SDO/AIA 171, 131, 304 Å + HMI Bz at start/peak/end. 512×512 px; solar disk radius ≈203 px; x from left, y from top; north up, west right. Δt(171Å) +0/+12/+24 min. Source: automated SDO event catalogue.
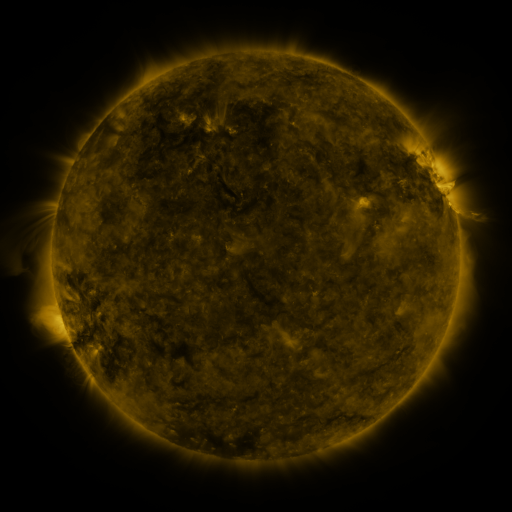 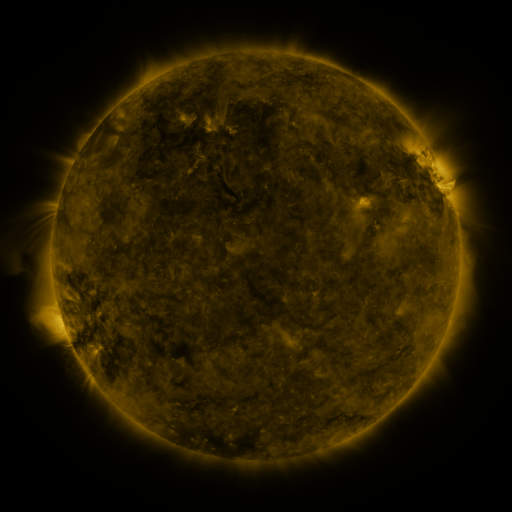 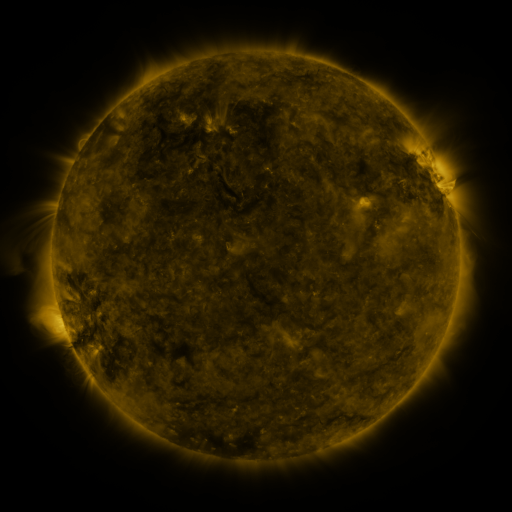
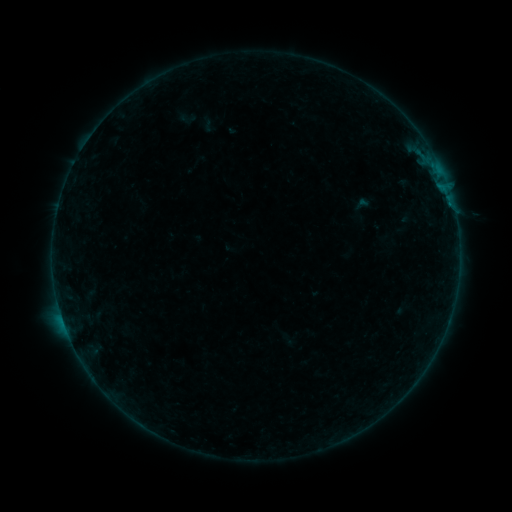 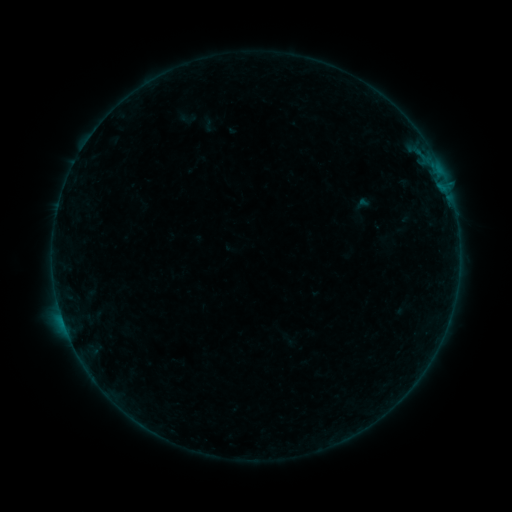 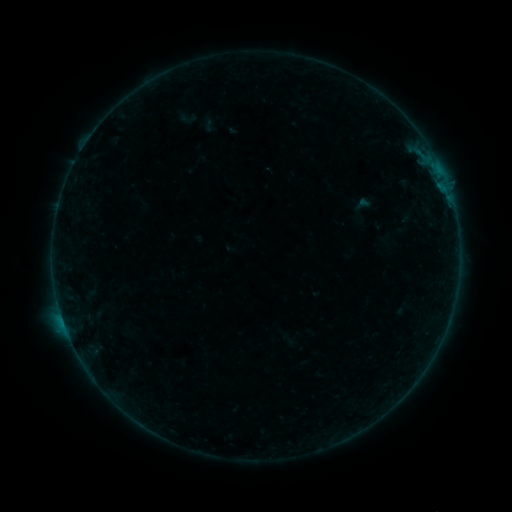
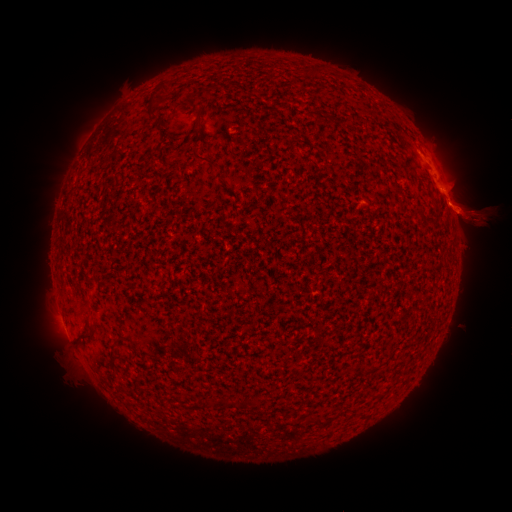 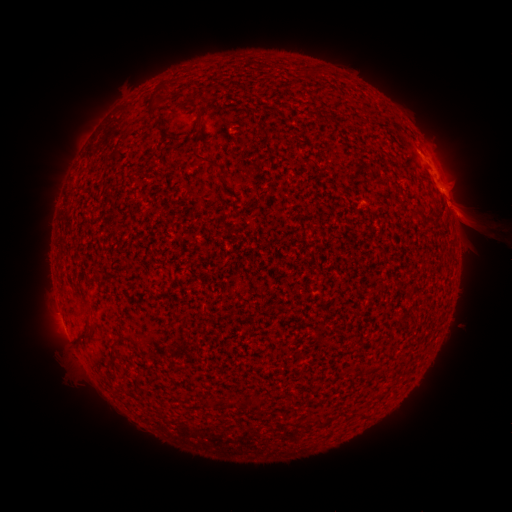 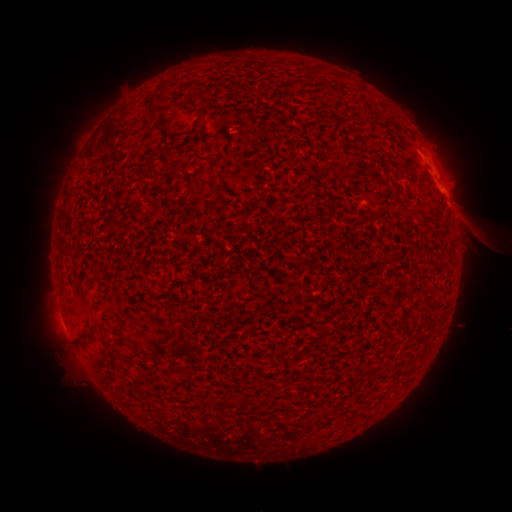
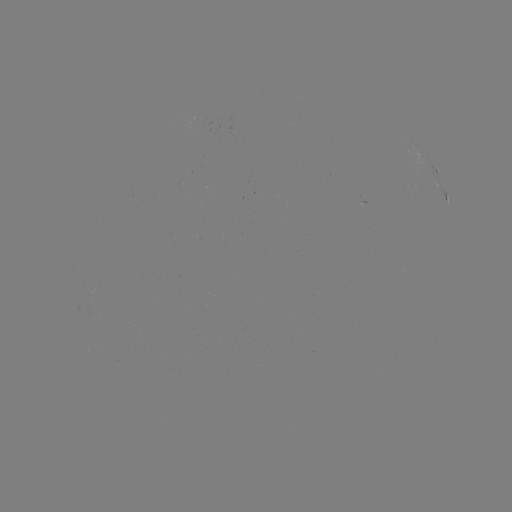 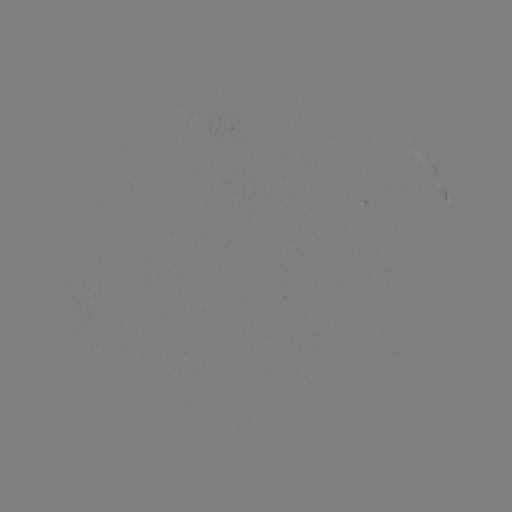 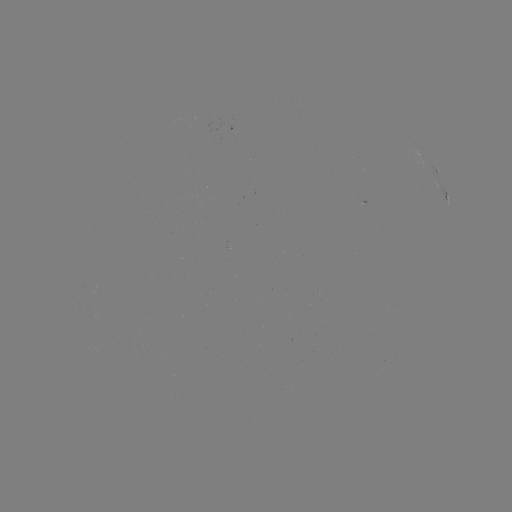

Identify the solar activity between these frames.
eruption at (480, 225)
